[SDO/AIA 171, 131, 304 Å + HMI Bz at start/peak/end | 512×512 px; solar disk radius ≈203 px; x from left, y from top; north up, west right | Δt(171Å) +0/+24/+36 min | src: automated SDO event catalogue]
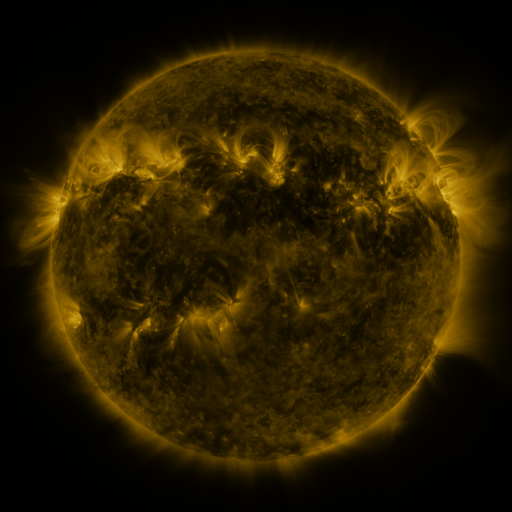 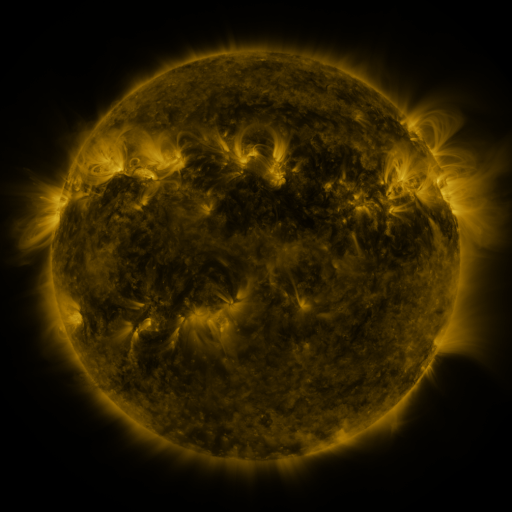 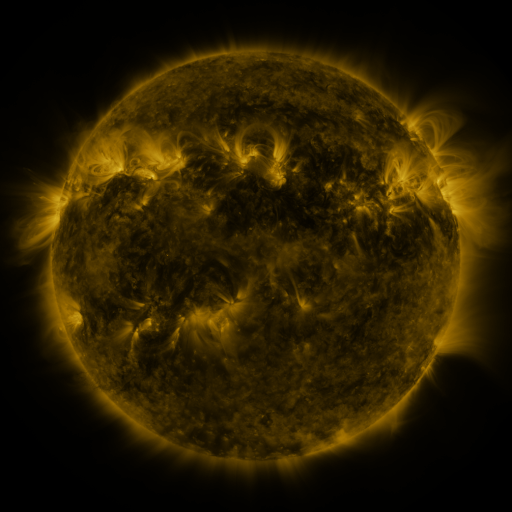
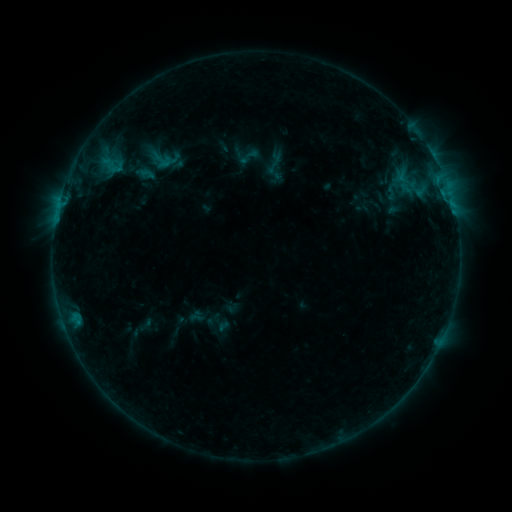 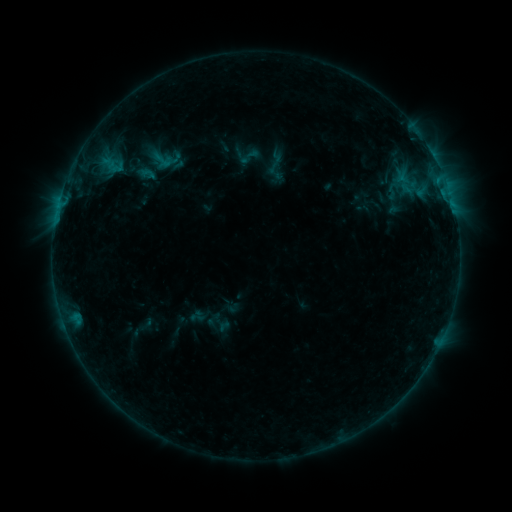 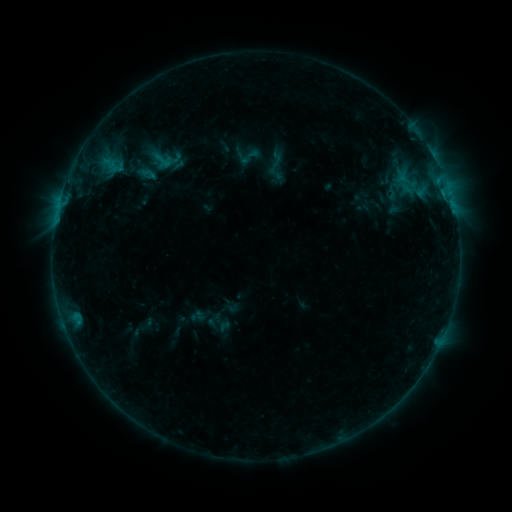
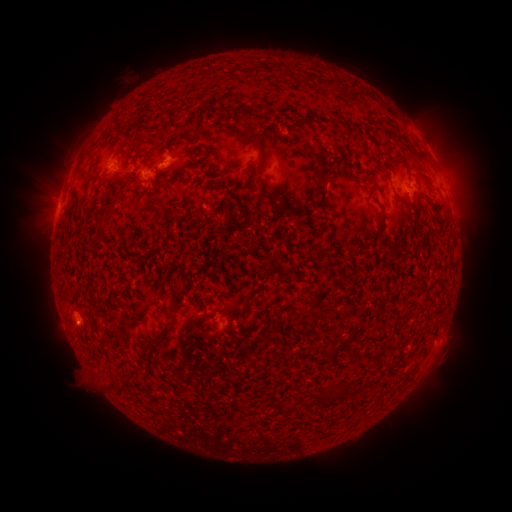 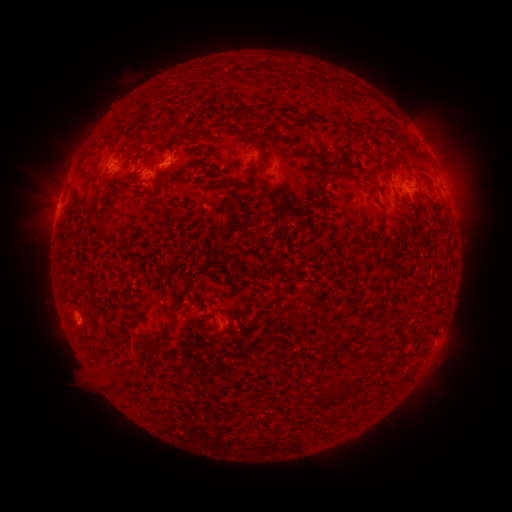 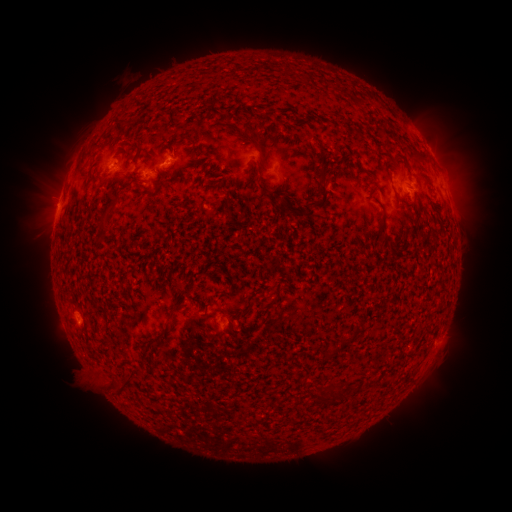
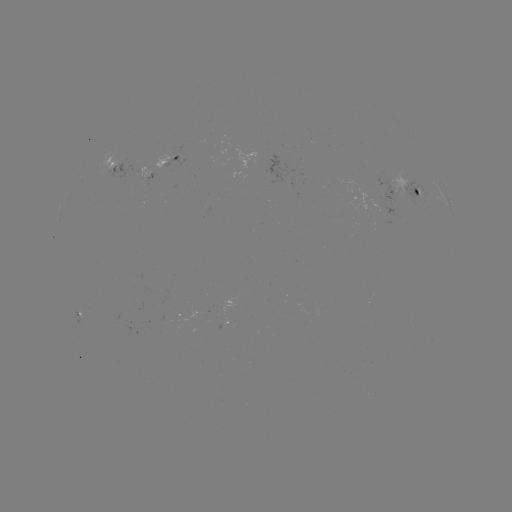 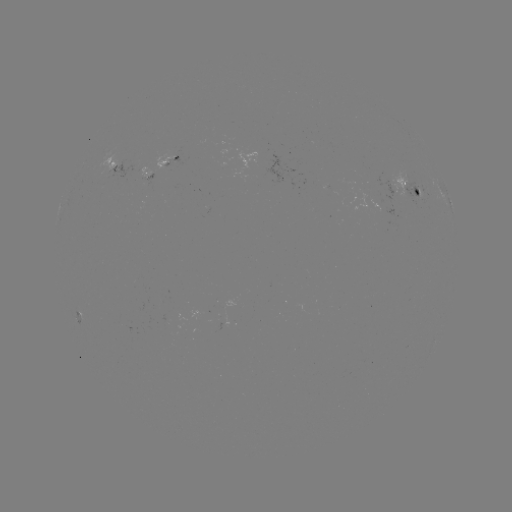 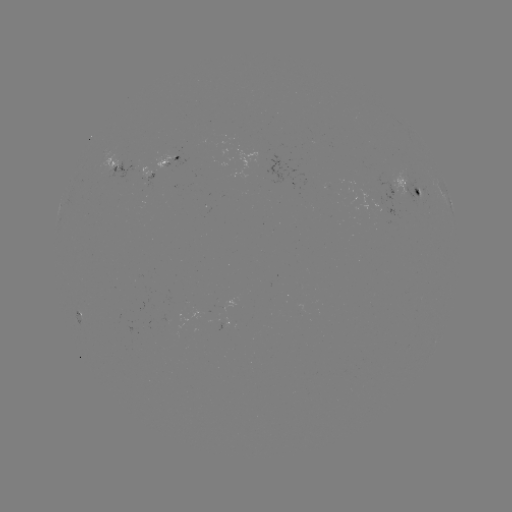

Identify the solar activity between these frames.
emerging-flux region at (110, 167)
